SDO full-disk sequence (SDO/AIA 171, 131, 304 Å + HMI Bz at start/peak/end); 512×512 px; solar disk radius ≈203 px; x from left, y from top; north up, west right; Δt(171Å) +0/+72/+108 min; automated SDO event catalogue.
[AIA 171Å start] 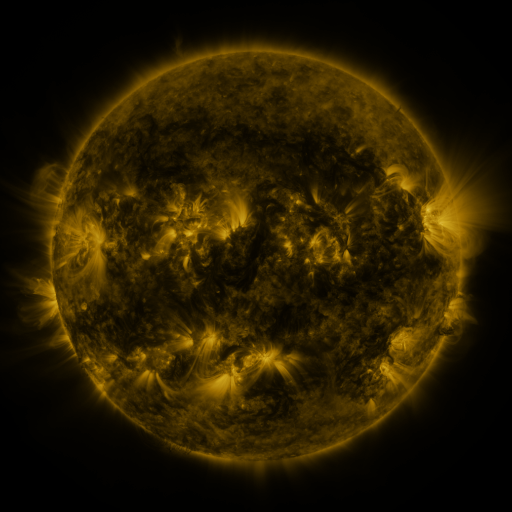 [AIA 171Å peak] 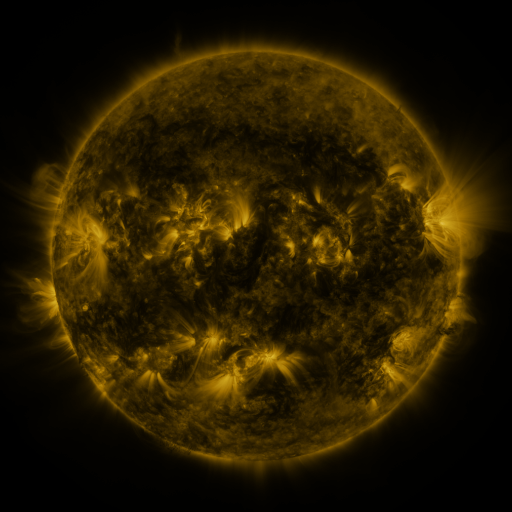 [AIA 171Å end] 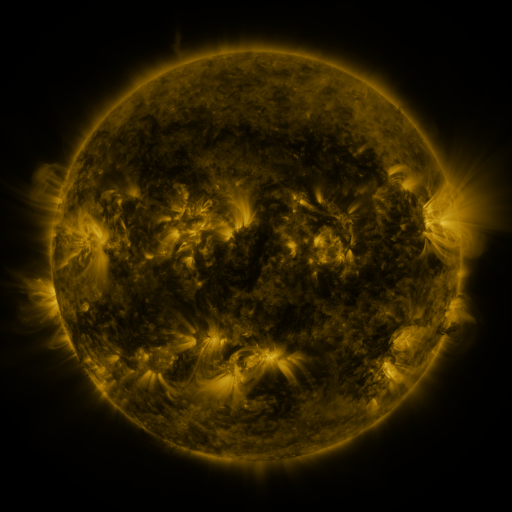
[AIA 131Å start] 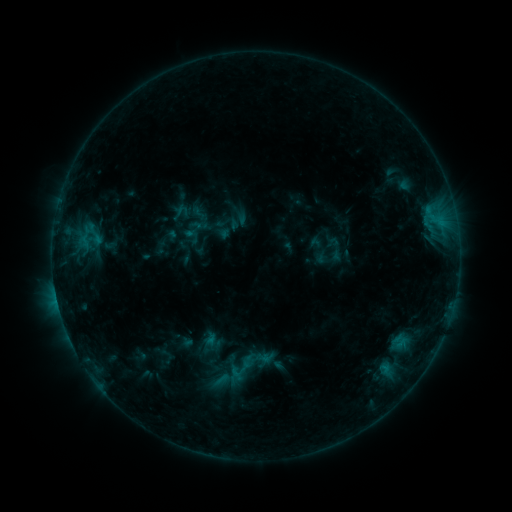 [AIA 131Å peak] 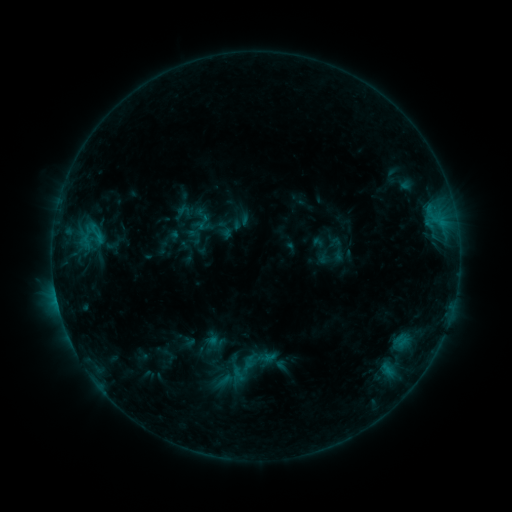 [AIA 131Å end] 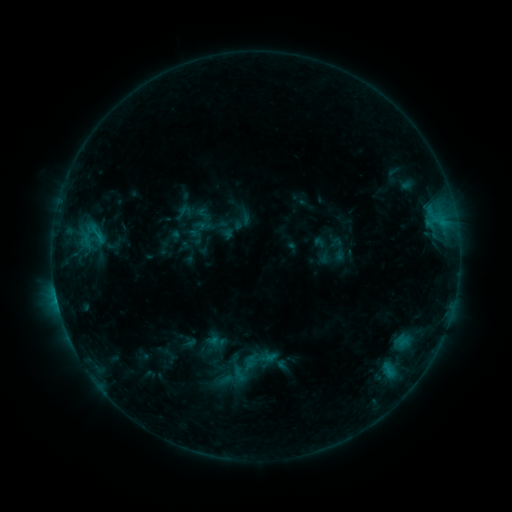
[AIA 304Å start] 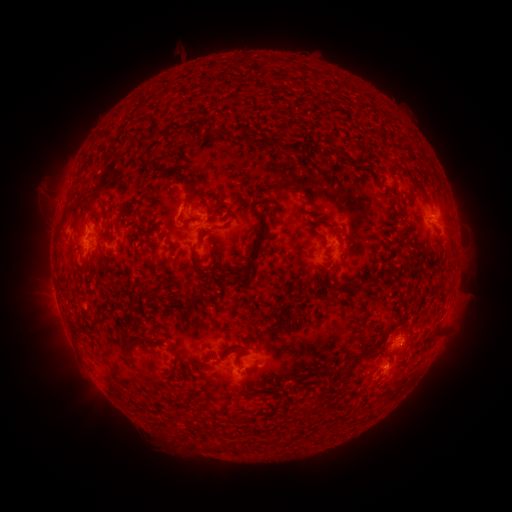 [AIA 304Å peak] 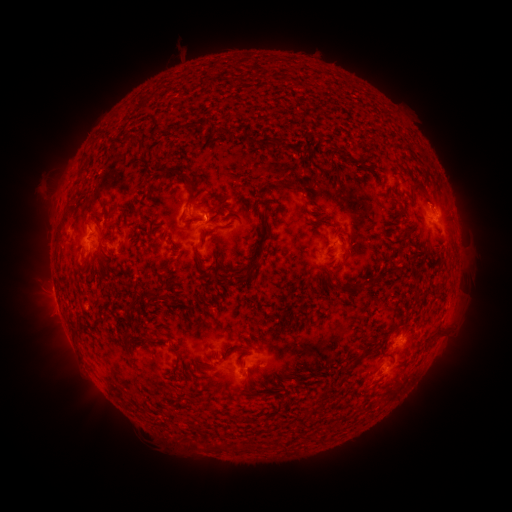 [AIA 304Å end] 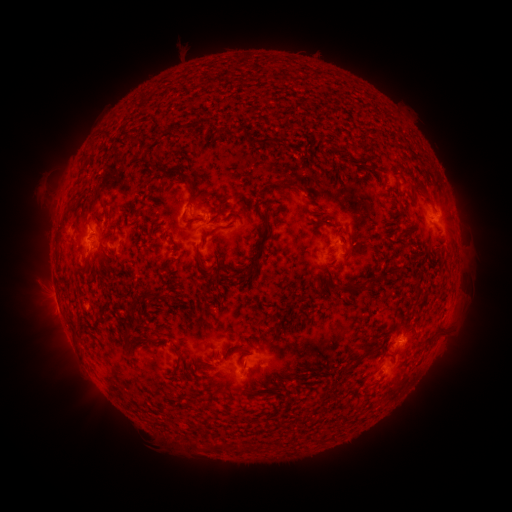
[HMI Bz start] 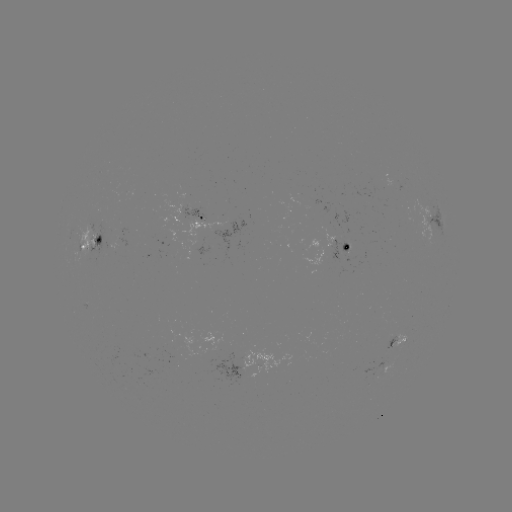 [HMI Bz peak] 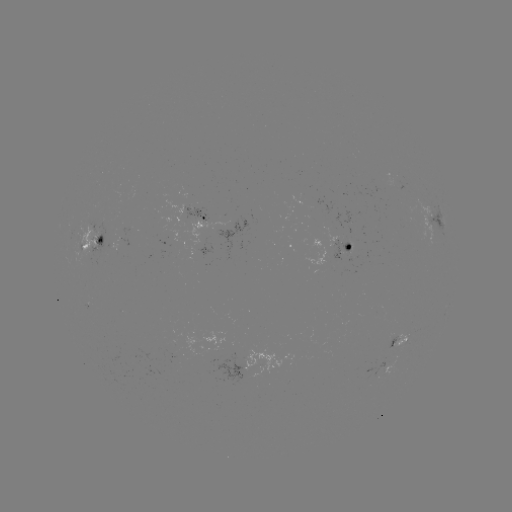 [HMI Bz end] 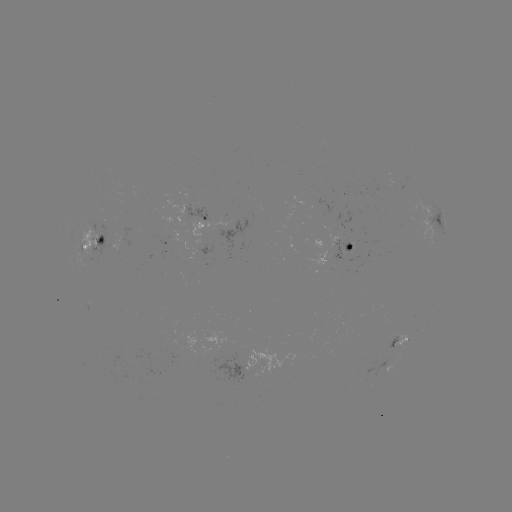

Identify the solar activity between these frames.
emerging-flux region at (92, 251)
